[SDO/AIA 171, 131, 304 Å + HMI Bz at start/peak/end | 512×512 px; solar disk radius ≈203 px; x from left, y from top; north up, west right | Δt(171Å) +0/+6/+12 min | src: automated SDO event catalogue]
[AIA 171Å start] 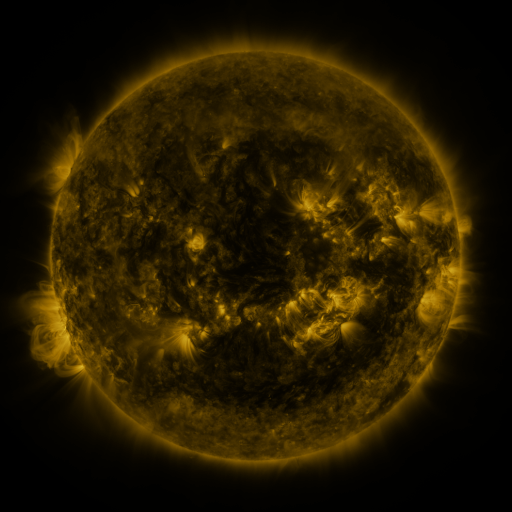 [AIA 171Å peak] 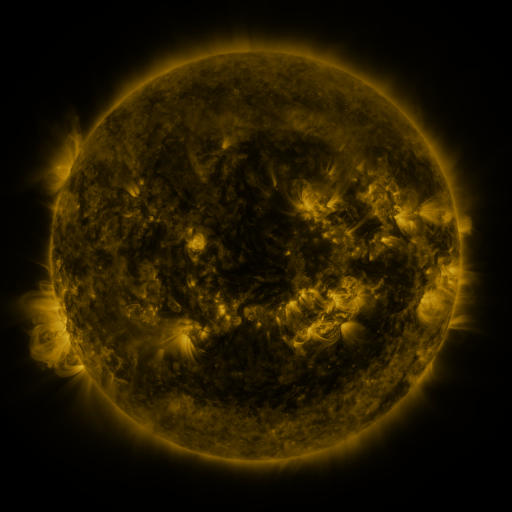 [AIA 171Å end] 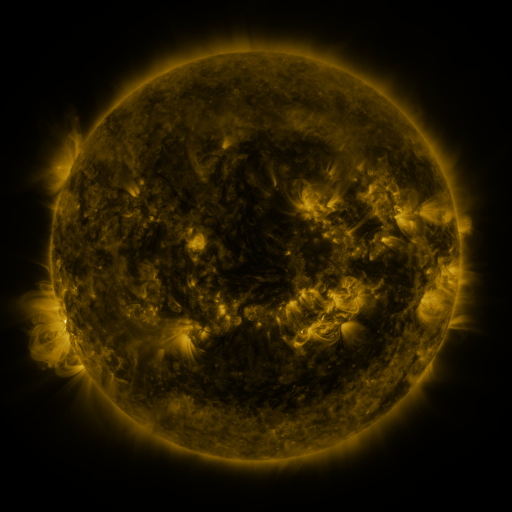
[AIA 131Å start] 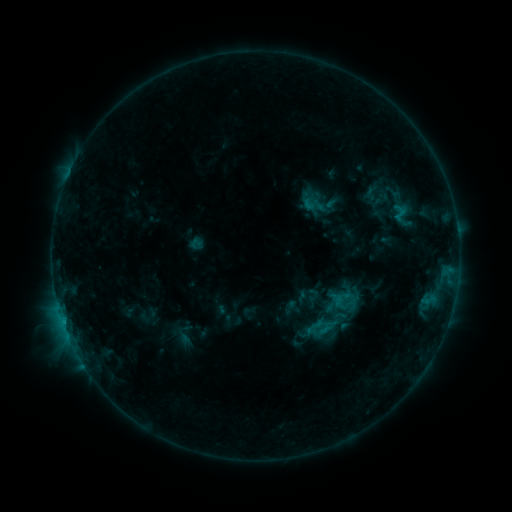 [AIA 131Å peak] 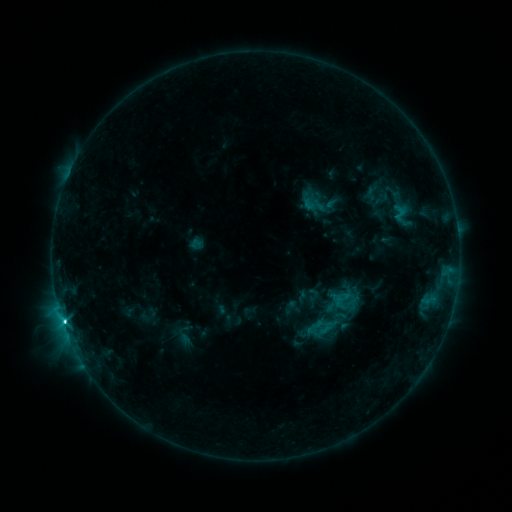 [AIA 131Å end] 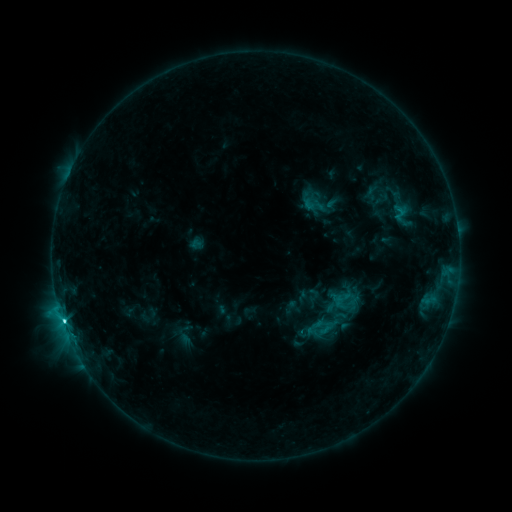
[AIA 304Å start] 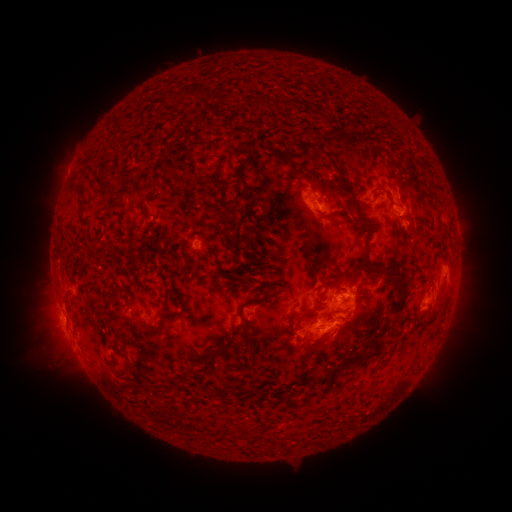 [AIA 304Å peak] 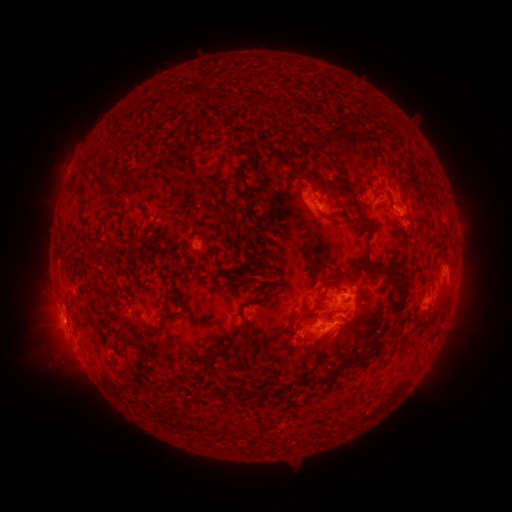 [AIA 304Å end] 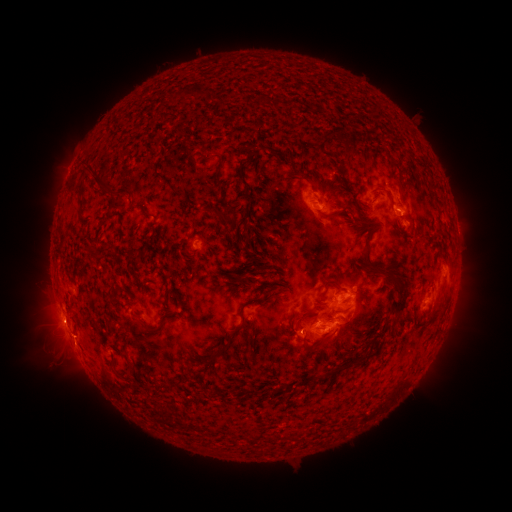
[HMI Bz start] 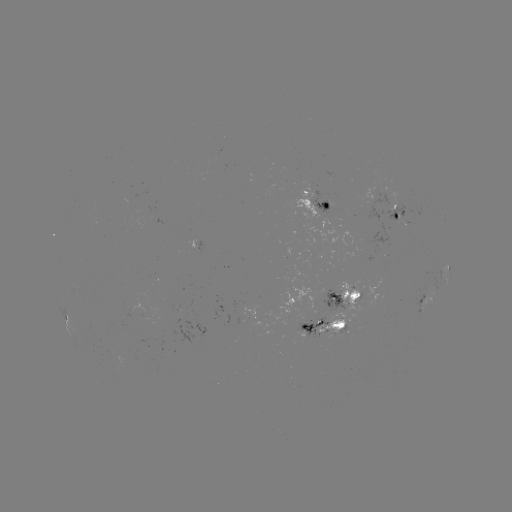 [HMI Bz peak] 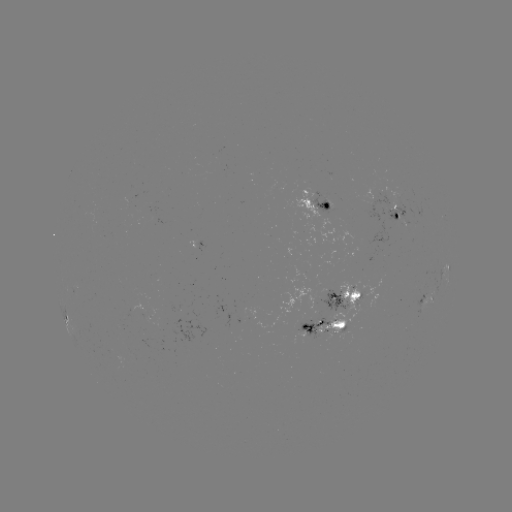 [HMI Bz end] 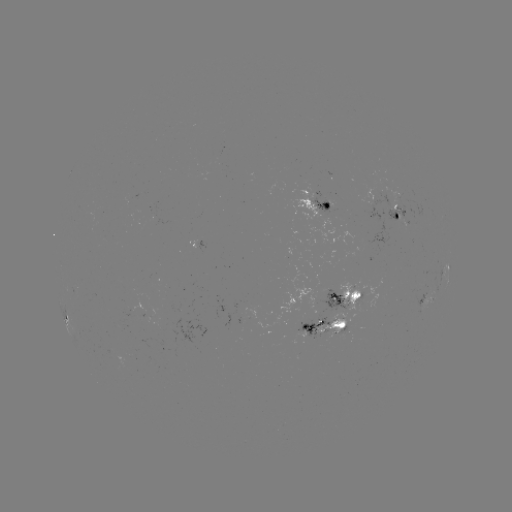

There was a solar flare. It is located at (63, 318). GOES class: C3.9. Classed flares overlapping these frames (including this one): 1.